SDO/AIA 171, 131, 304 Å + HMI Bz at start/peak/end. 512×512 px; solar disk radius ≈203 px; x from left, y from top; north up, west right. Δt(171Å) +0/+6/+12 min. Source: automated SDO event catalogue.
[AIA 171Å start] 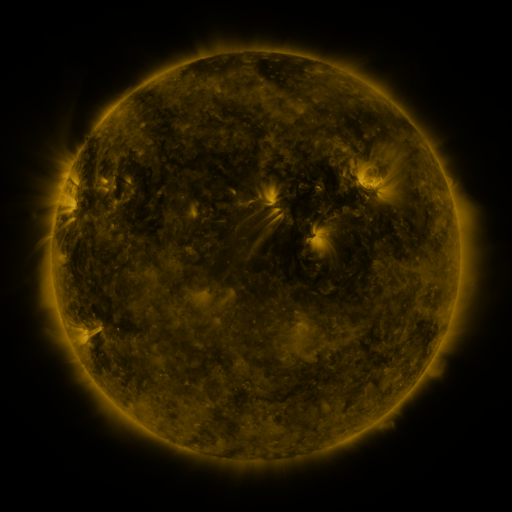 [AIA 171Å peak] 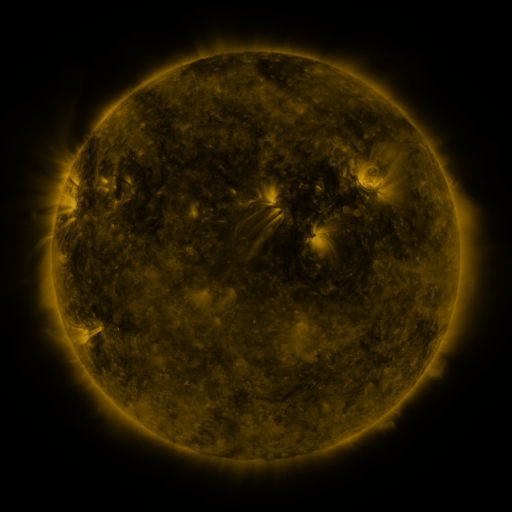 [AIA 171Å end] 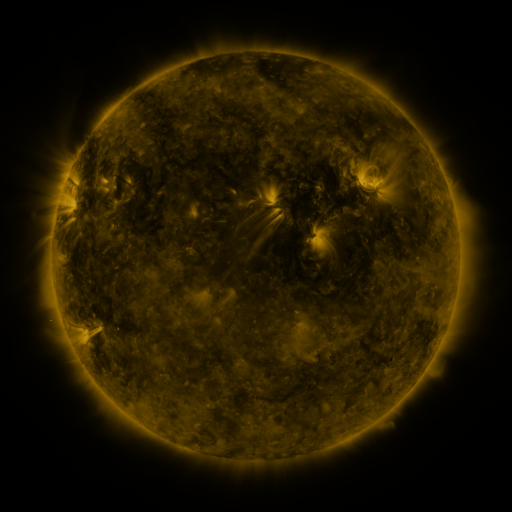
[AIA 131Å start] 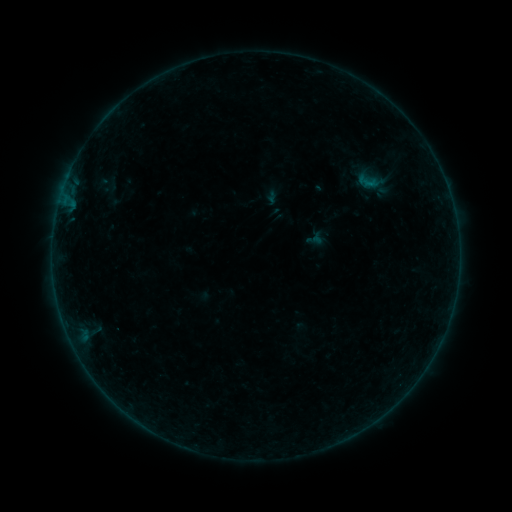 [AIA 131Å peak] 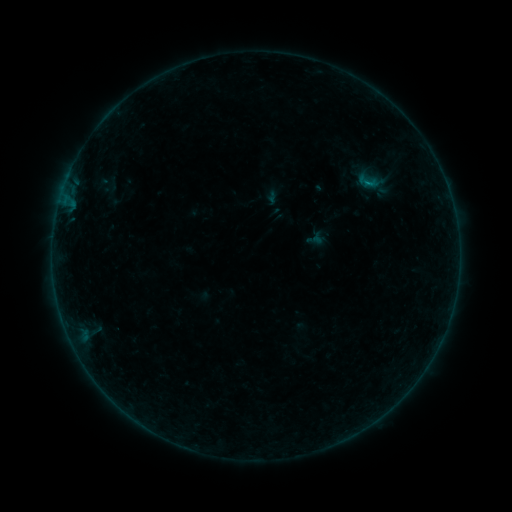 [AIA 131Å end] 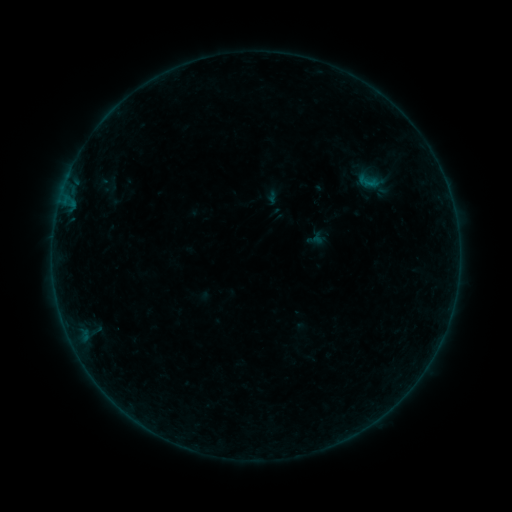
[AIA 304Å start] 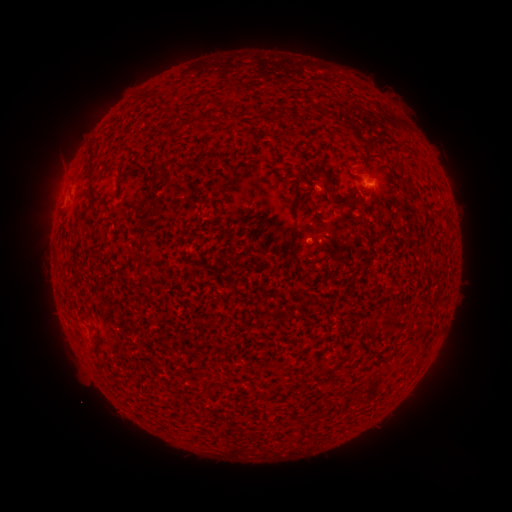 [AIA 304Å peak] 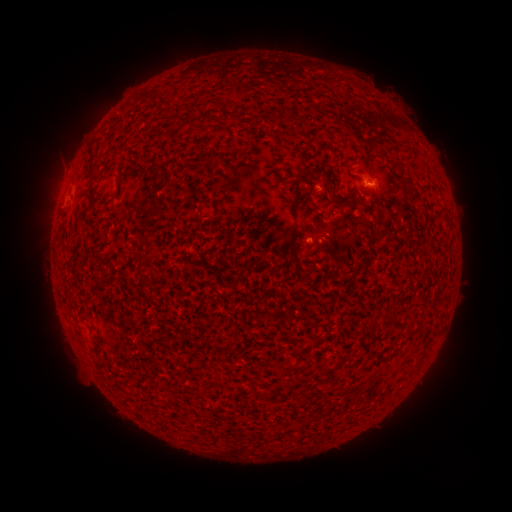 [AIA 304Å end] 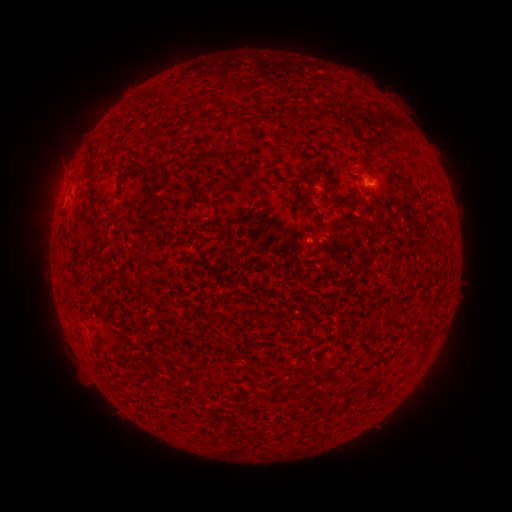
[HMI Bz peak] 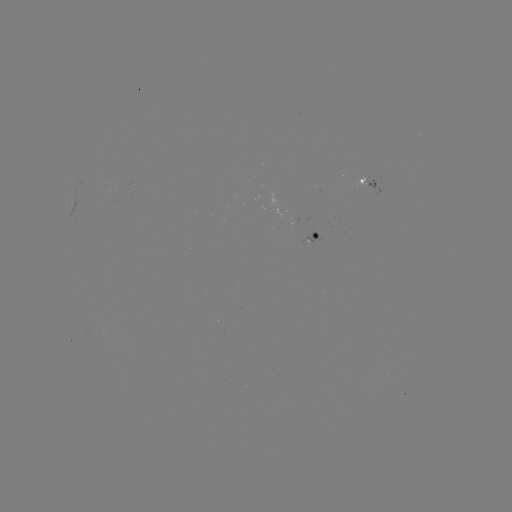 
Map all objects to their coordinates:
B1.8 flare: (366, 185)
